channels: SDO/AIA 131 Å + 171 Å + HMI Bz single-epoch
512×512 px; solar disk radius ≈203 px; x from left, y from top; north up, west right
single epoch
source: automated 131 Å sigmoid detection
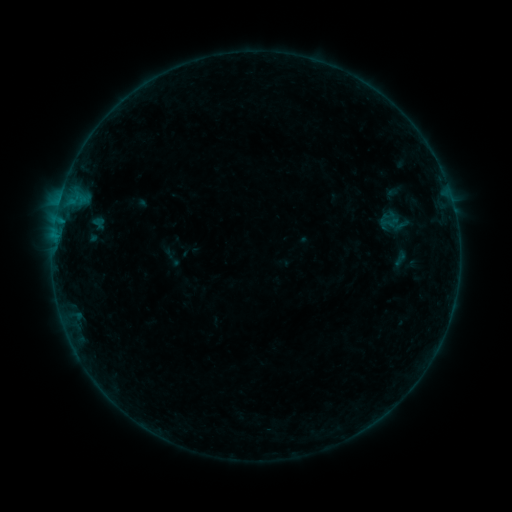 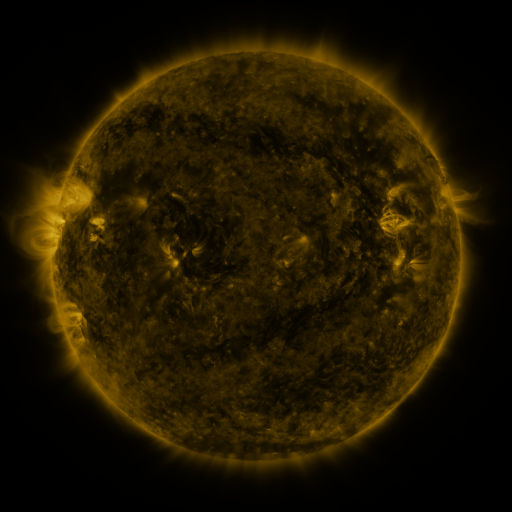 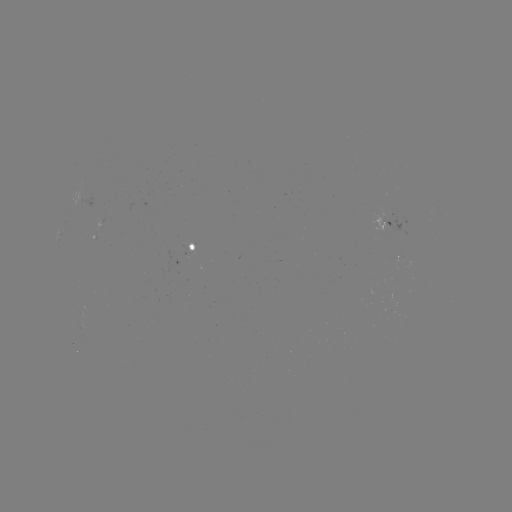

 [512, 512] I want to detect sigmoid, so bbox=[376, 211, 397, 232].